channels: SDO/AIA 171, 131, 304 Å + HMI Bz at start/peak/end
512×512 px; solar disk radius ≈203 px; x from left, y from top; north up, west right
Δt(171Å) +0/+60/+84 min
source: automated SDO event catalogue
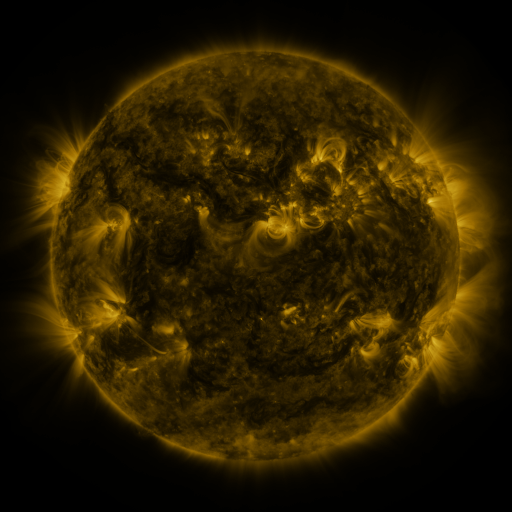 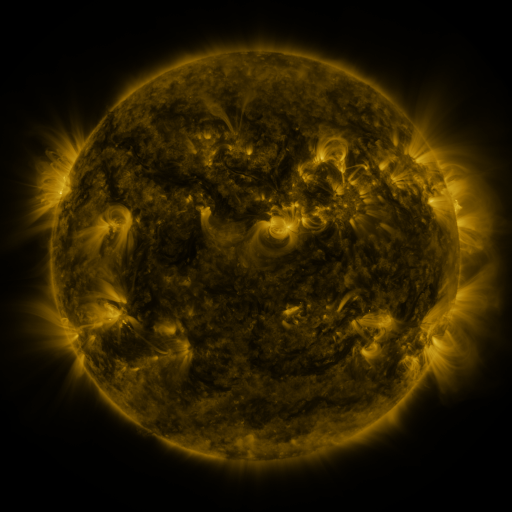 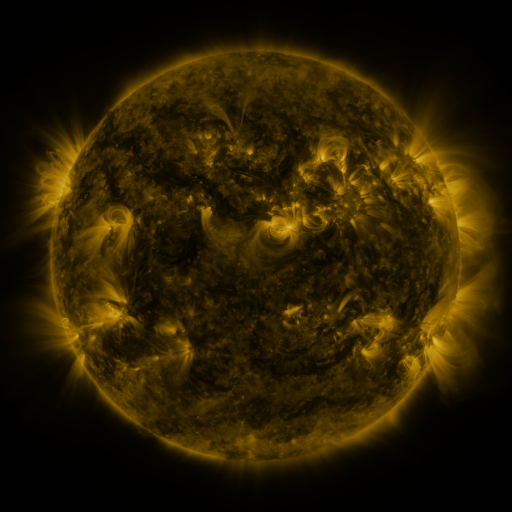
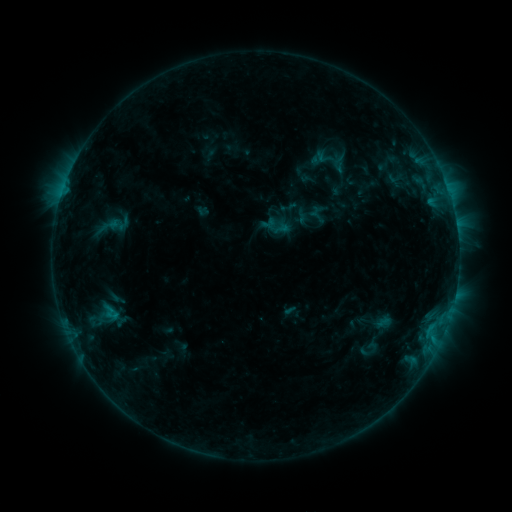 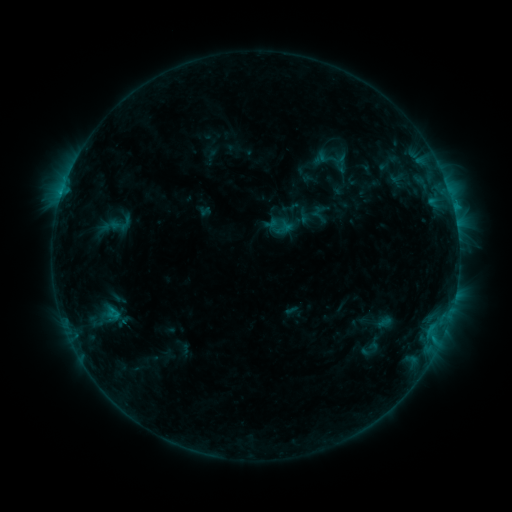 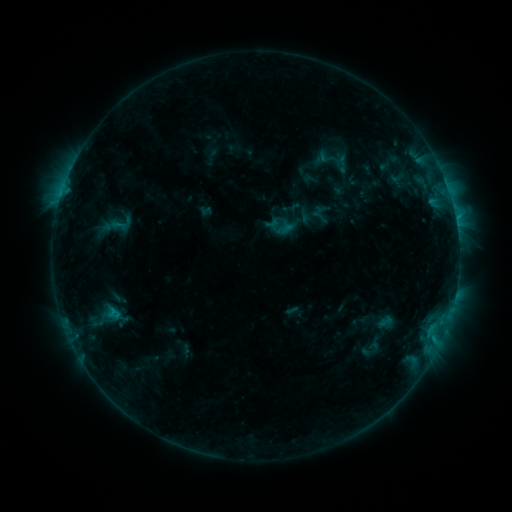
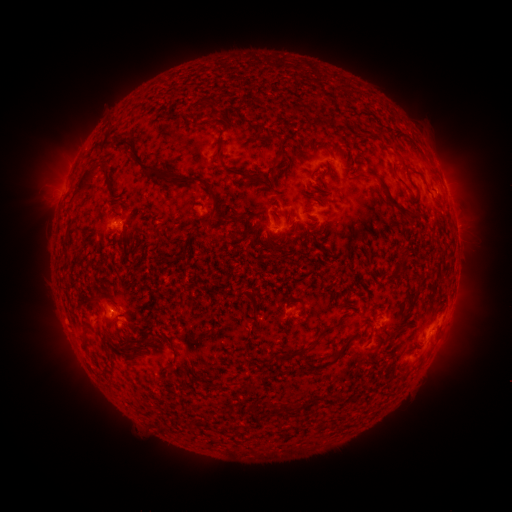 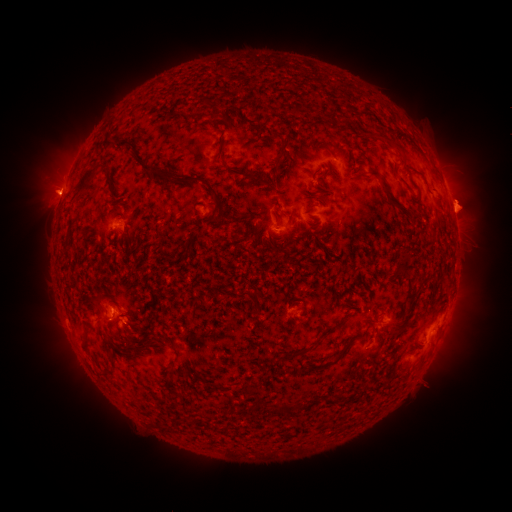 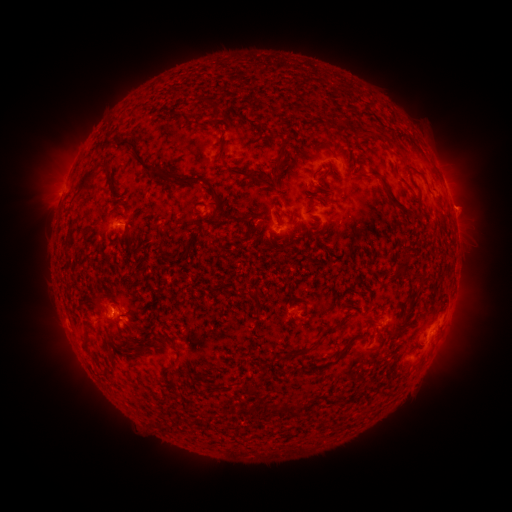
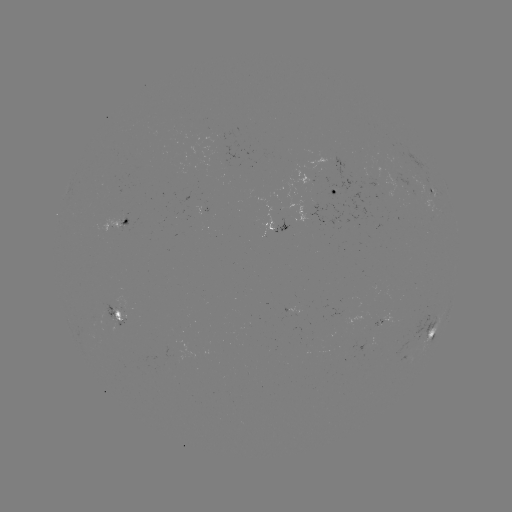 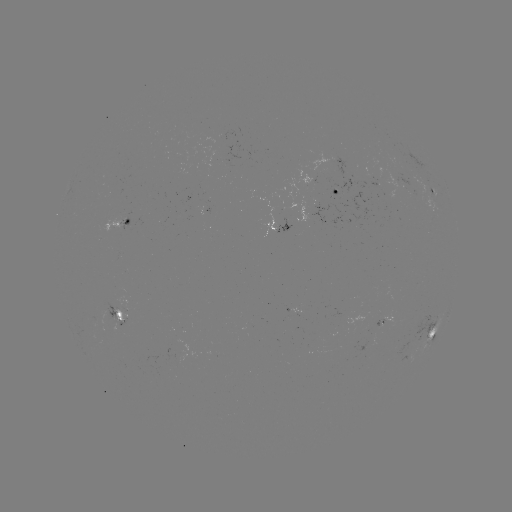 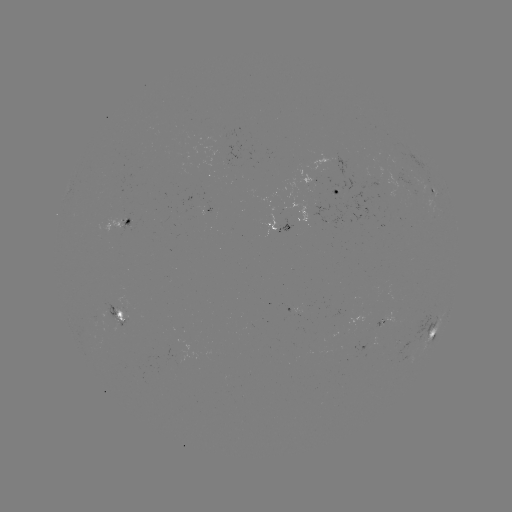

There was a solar emerging-flux region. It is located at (123, 317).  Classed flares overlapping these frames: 1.